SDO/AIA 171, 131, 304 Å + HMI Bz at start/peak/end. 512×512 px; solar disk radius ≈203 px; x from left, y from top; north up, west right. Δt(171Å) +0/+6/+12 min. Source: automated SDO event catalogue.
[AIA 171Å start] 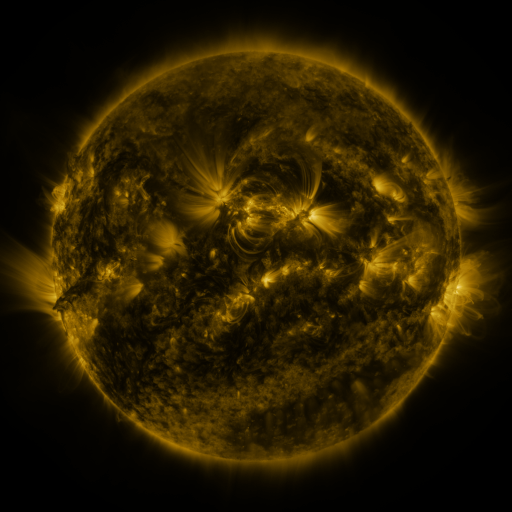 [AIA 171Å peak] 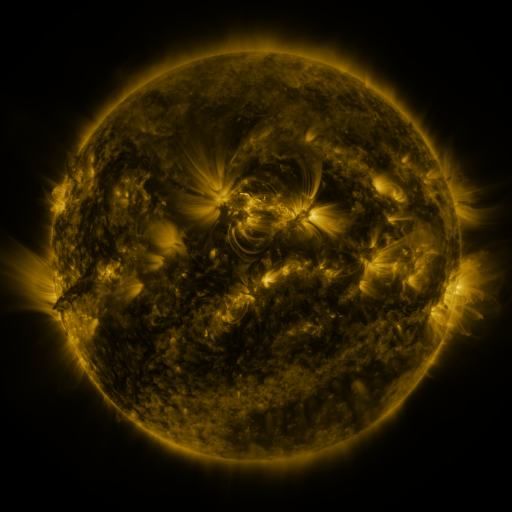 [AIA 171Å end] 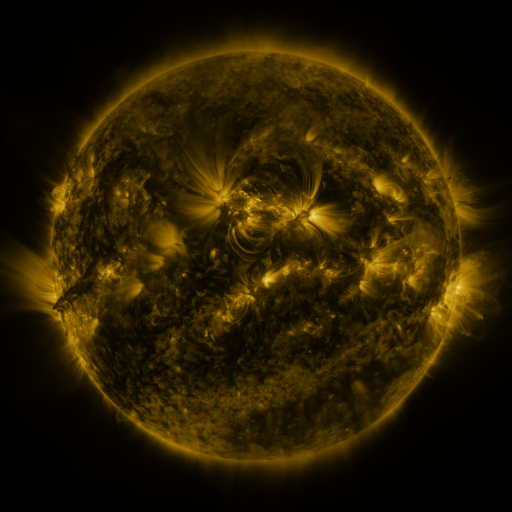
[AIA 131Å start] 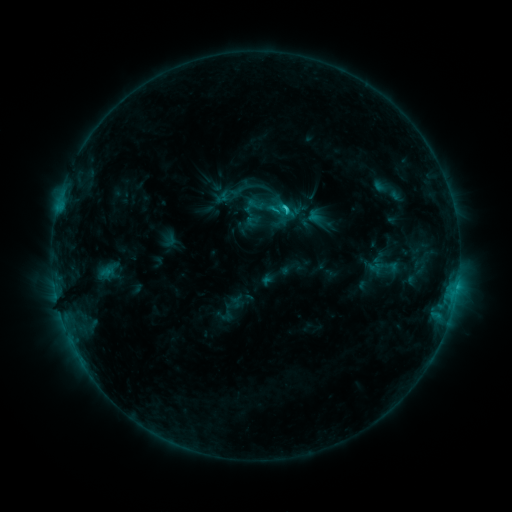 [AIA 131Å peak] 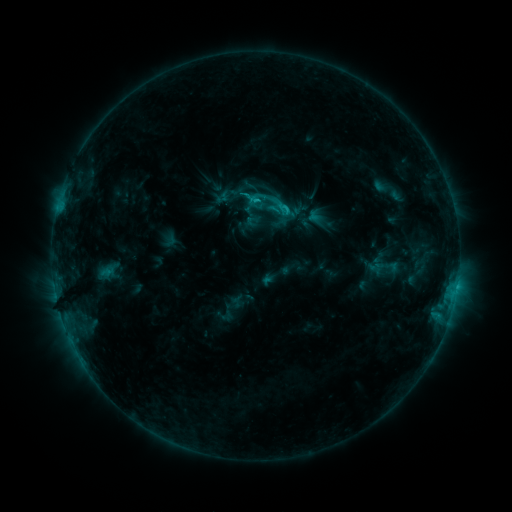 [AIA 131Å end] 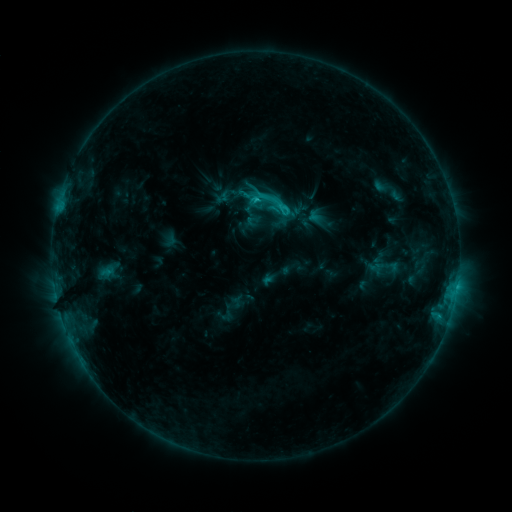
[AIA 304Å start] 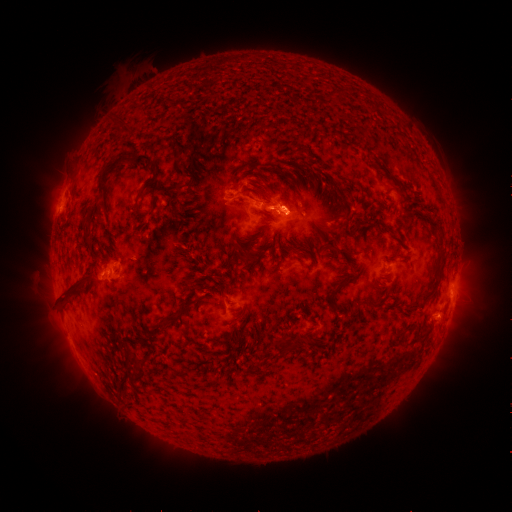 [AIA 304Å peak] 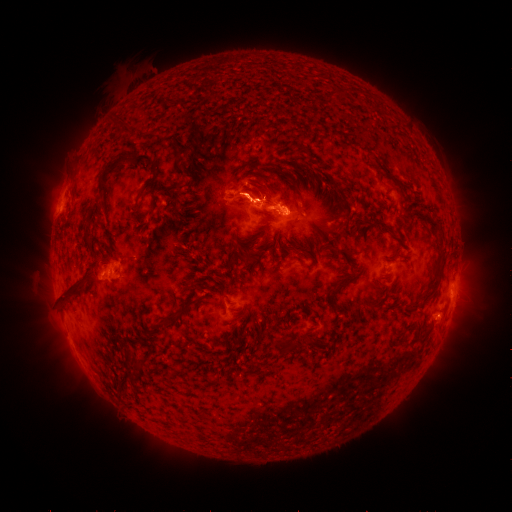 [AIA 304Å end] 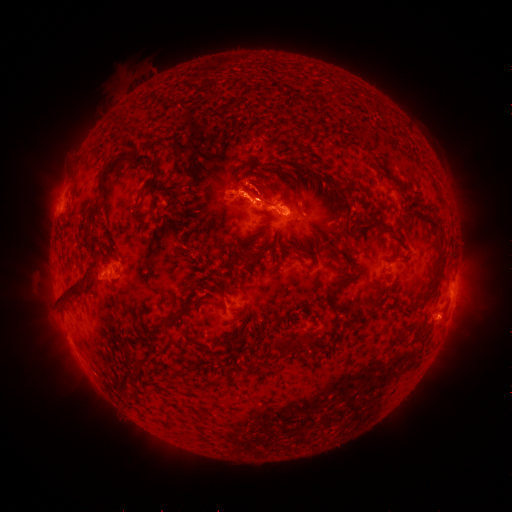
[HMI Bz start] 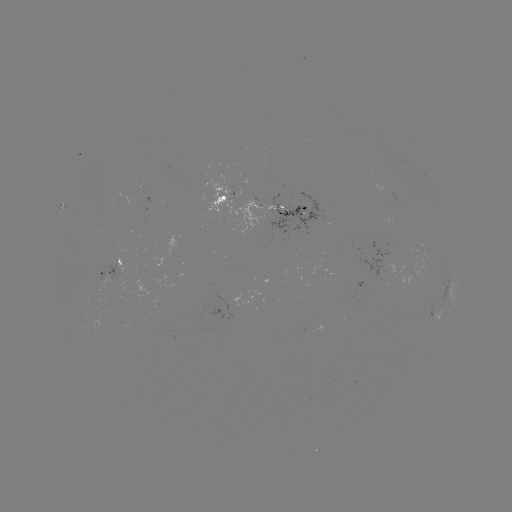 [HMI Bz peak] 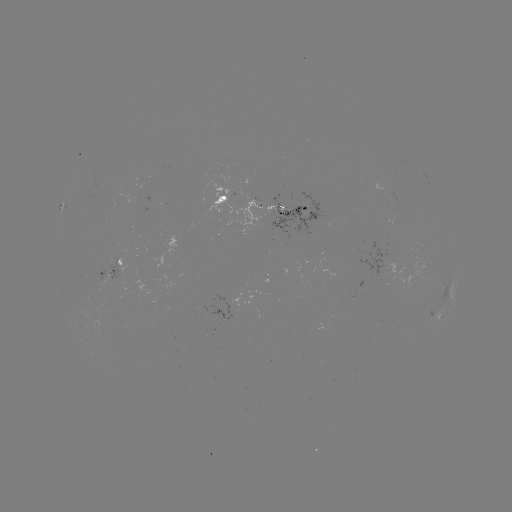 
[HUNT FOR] eruption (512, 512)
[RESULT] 251,191